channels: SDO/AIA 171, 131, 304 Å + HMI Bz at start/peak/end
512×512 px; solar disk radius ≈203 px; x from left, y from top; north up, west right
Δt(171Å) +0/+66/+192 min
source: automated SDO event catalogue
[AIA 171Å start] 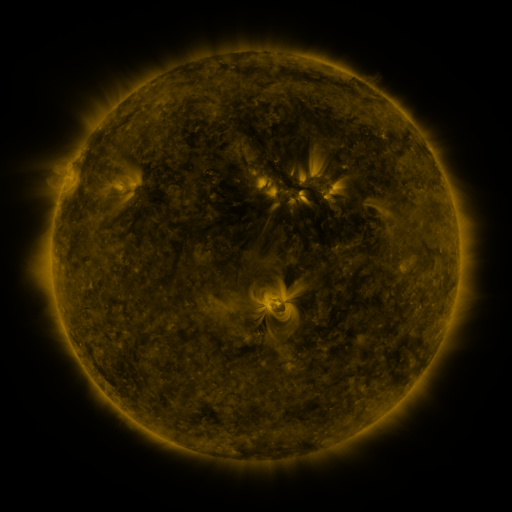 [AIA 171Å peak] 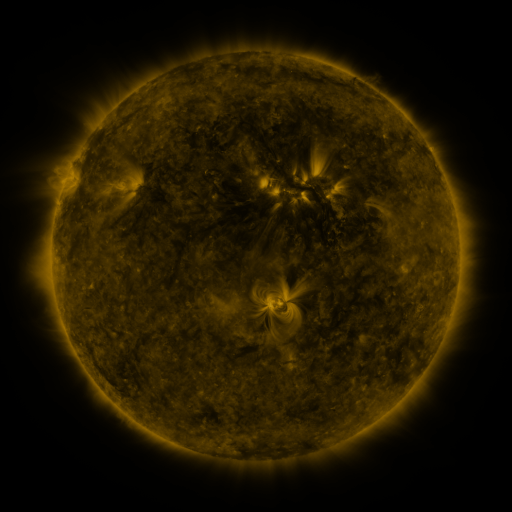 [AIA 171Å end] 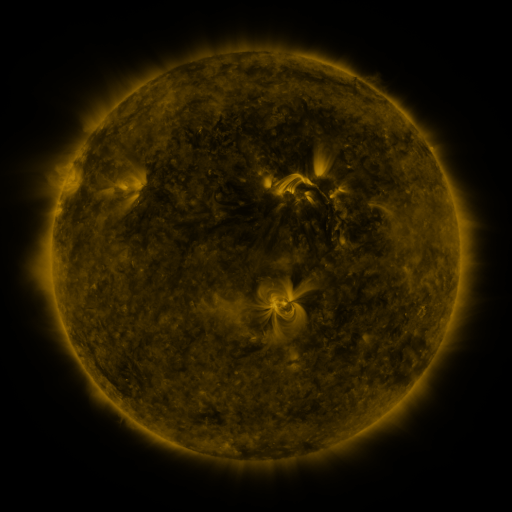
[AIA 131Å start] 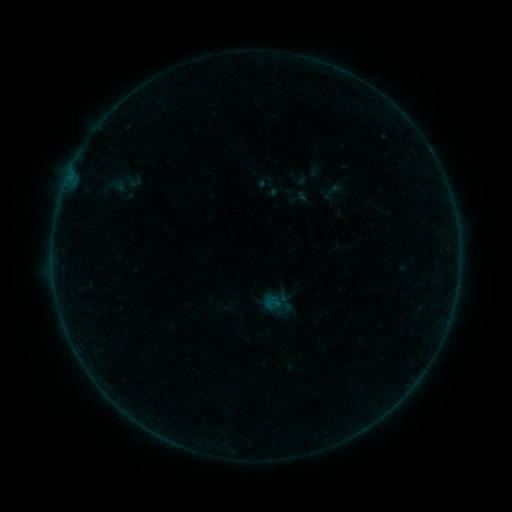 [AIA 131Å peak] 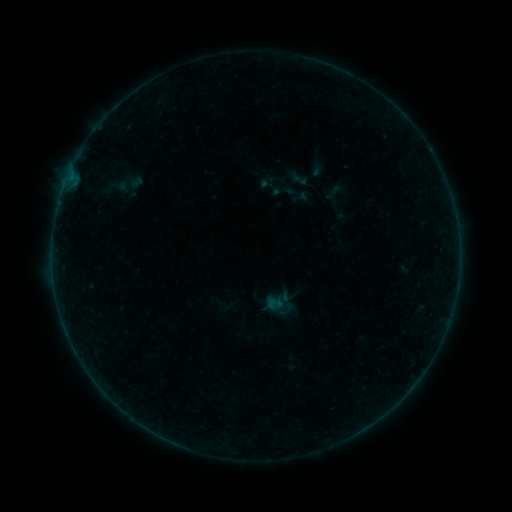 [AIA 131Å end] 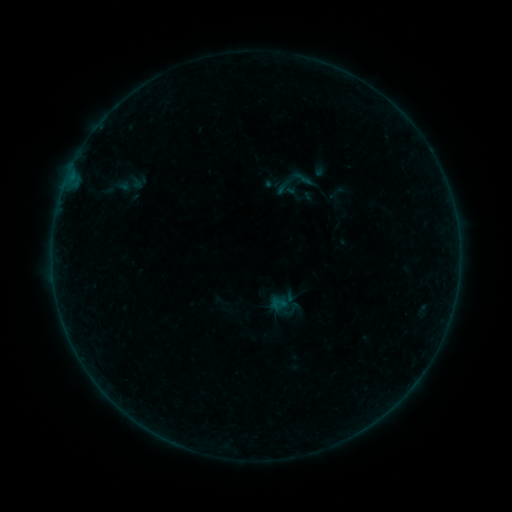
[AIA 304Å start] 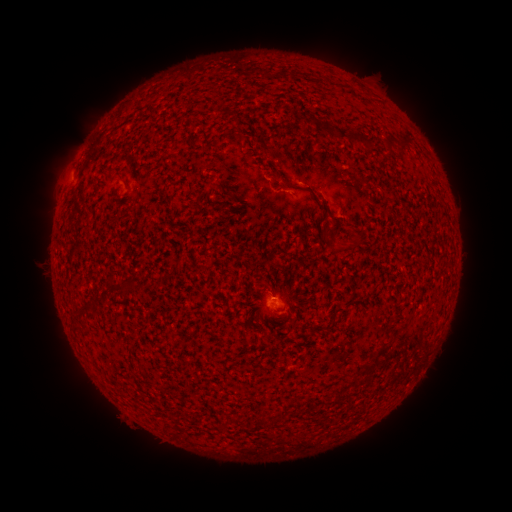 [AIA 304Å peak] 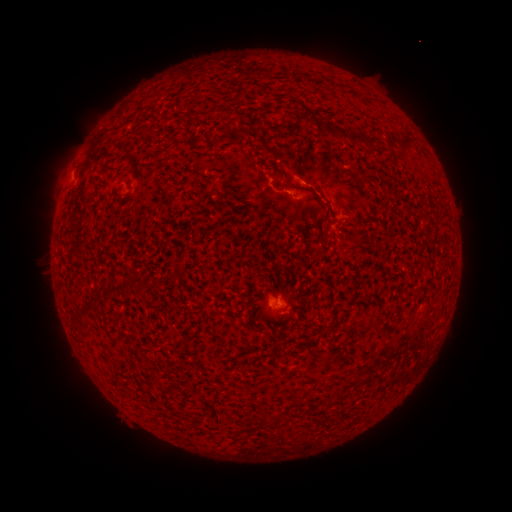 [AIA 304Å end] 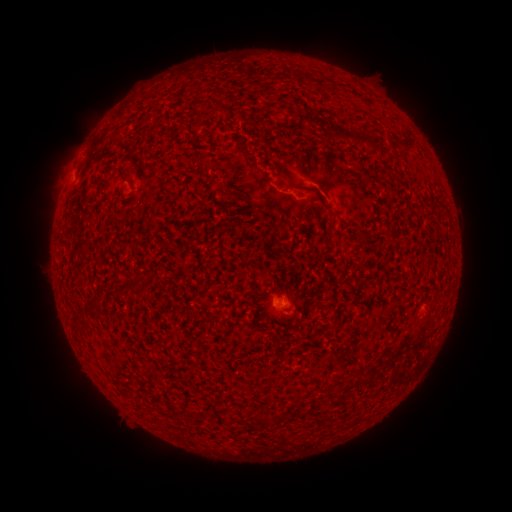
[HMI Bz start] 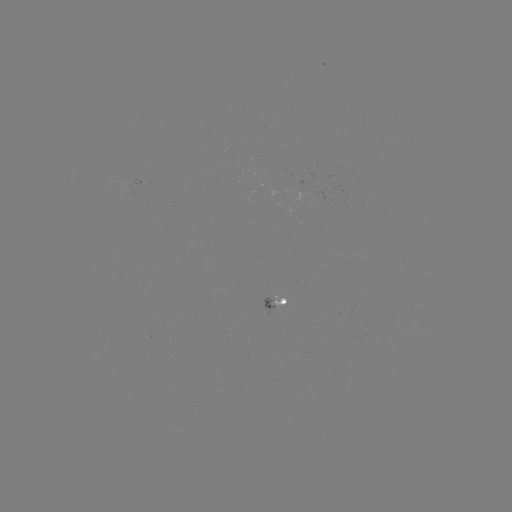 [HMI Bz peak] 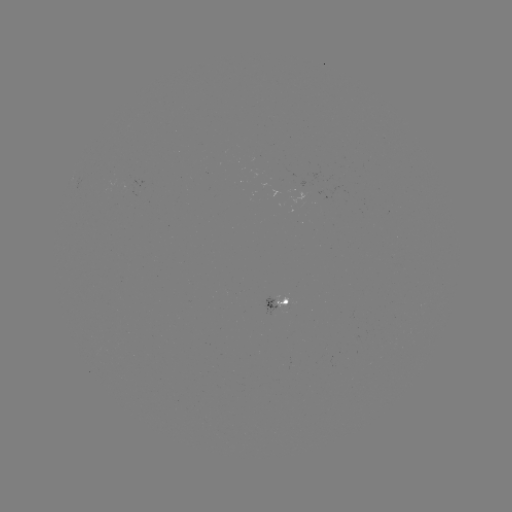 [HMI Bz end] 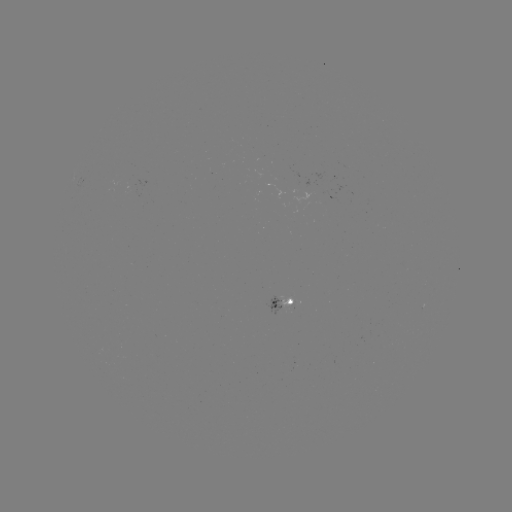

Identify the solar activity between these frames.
B1.3 flare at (283, 299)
